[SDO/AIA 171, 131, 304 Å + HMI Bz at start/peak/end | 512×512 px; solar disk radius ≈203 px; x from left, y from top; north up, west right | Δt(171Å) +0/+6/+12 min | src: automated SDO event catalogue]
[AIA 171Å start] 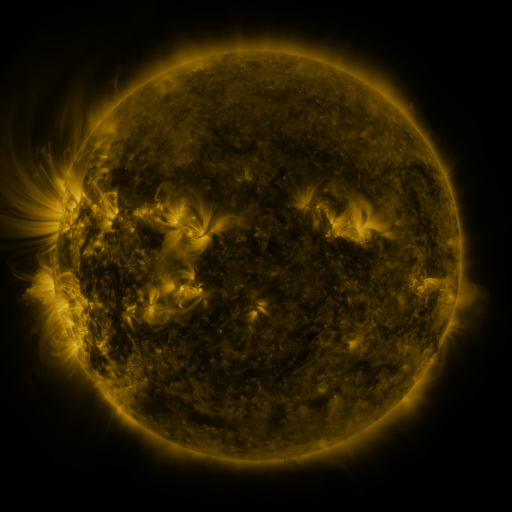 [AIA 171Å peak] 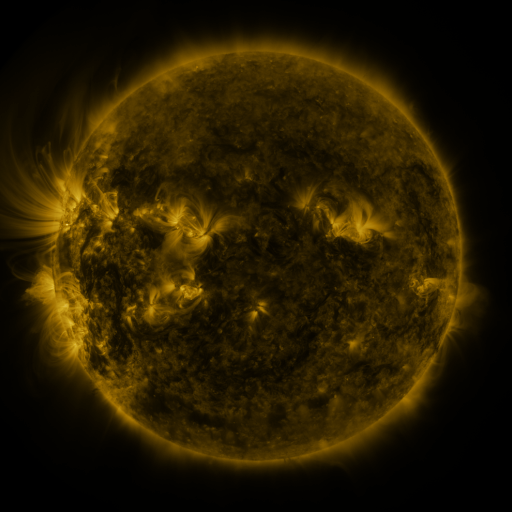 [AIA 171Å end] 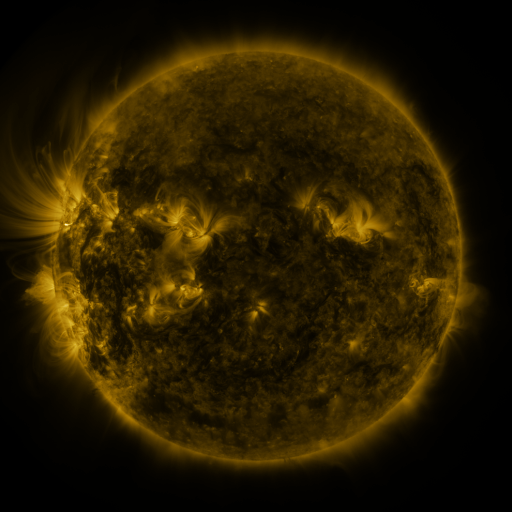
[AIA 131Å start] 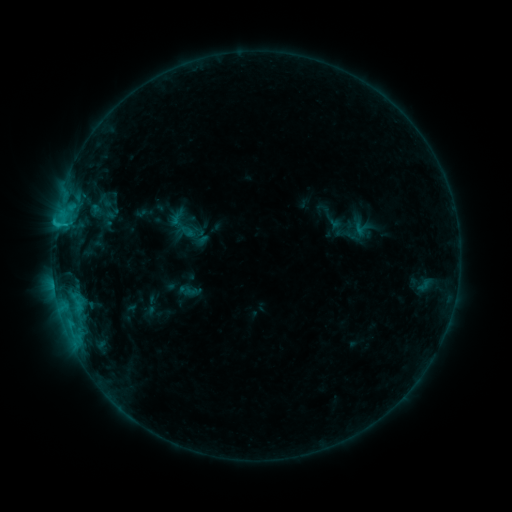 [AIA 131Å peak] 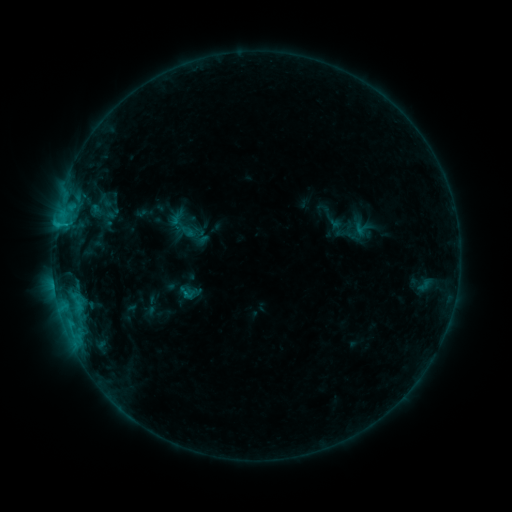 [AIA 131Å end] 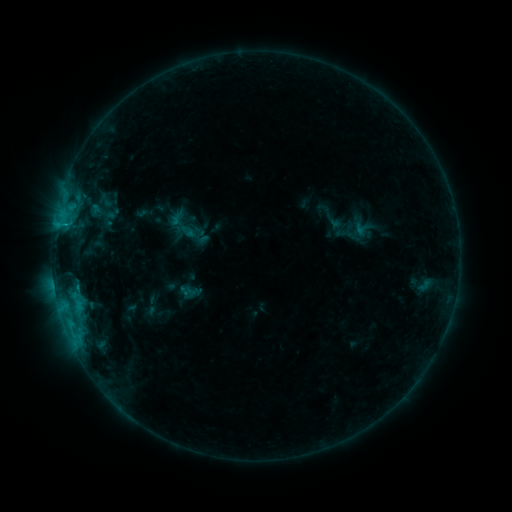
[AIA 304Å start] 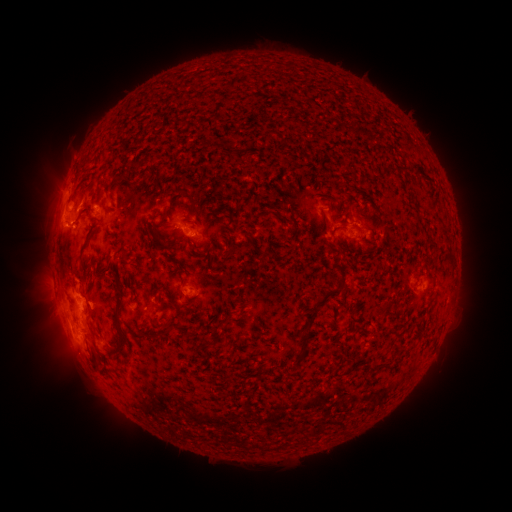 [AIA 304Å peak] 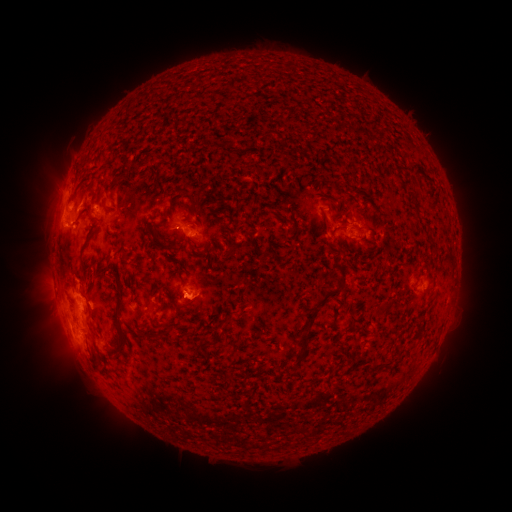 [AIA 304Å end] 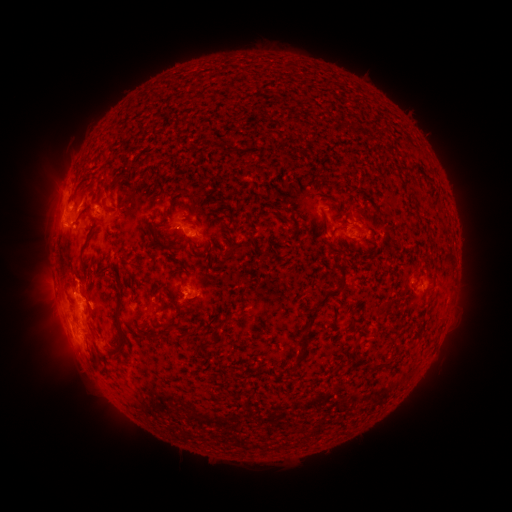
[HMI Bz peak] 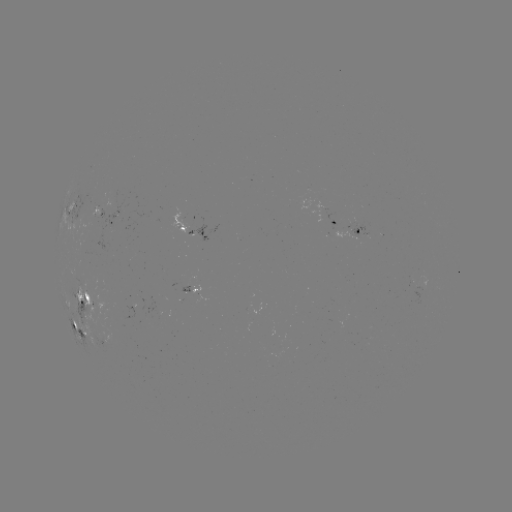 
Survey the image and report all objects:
eruption: (192, 305)
